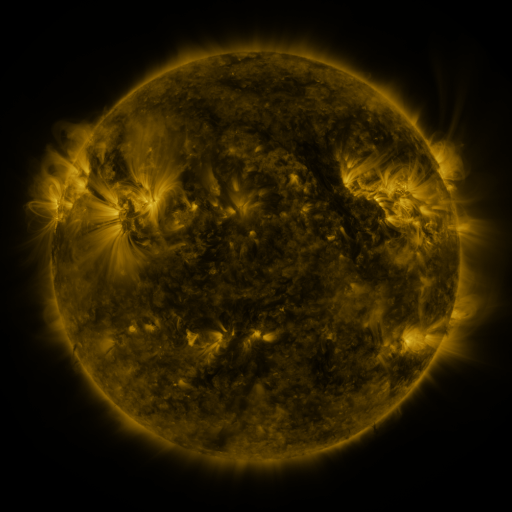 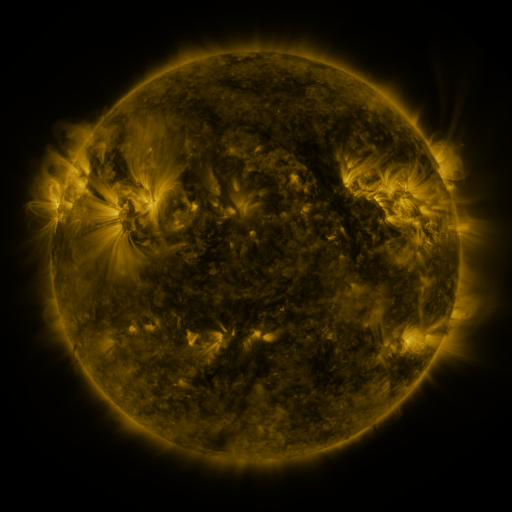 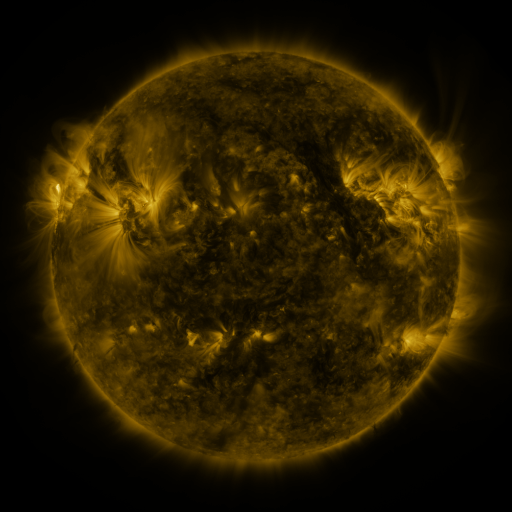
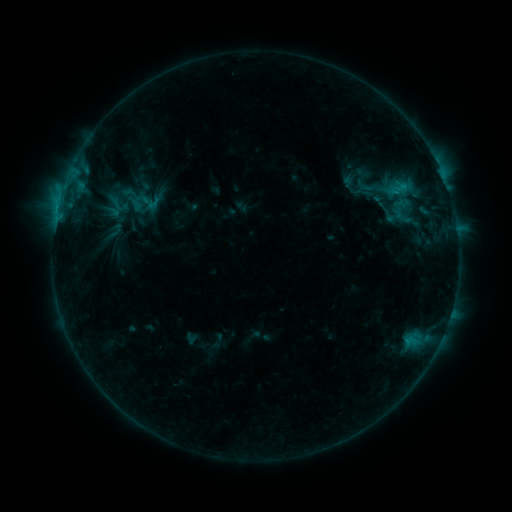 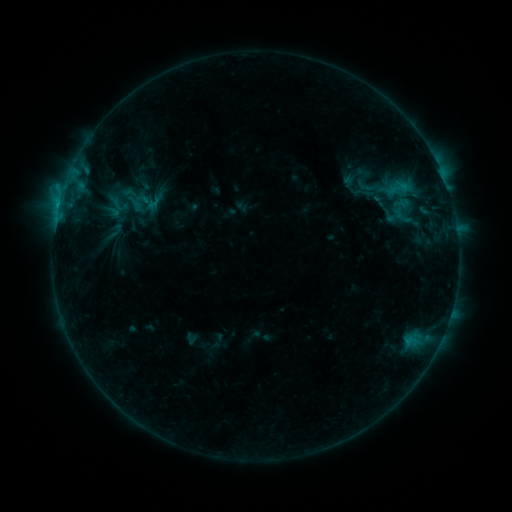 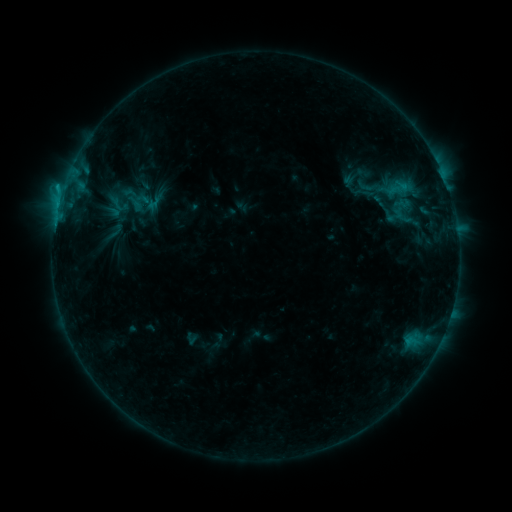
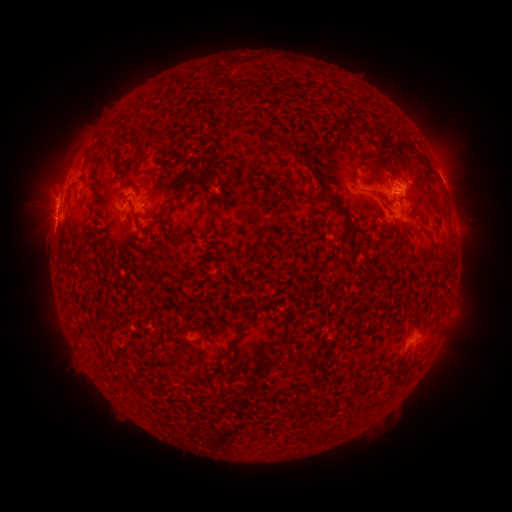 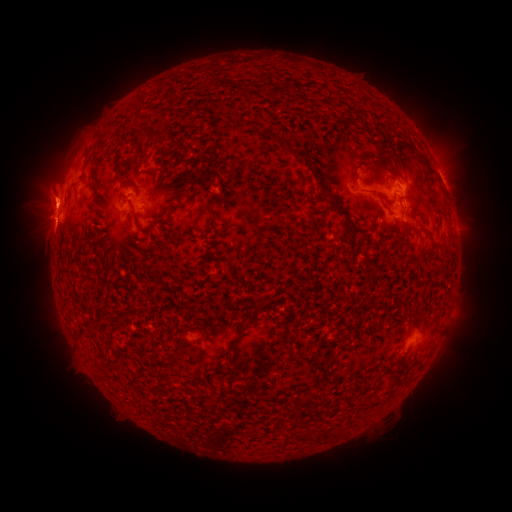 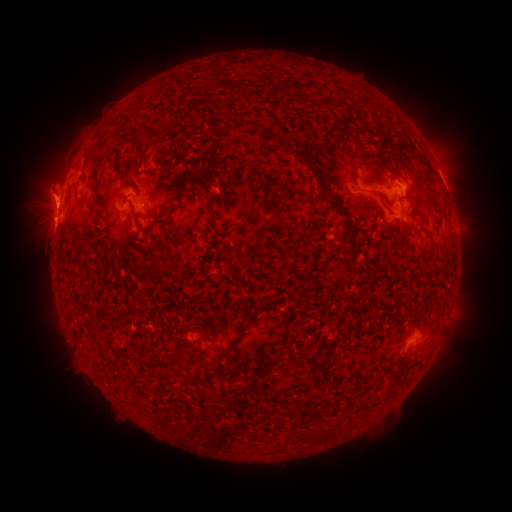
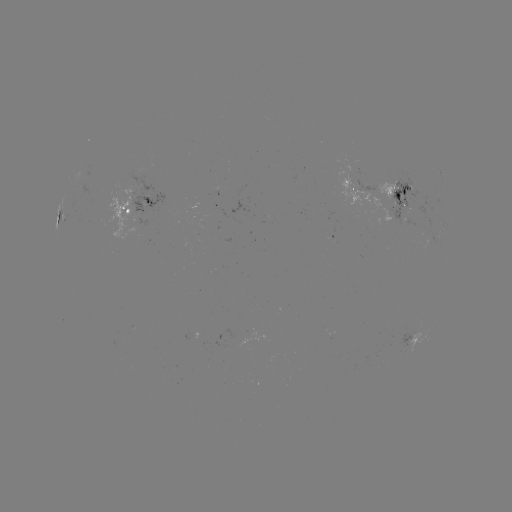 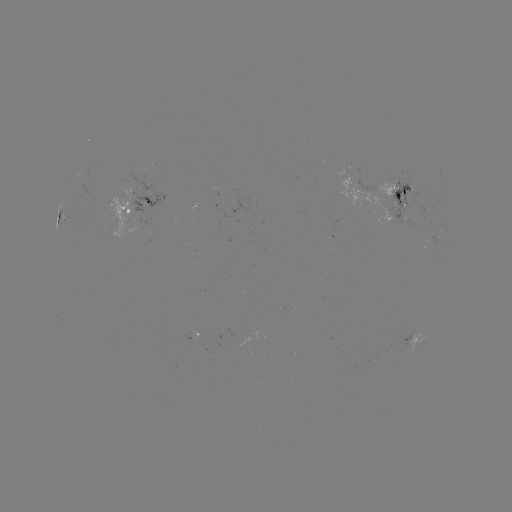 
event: eruption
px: (45, 199)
